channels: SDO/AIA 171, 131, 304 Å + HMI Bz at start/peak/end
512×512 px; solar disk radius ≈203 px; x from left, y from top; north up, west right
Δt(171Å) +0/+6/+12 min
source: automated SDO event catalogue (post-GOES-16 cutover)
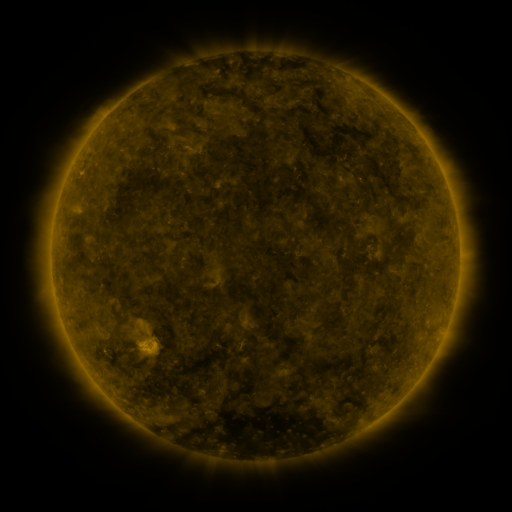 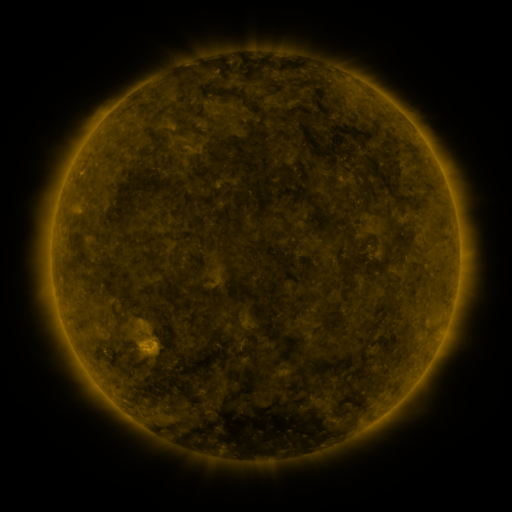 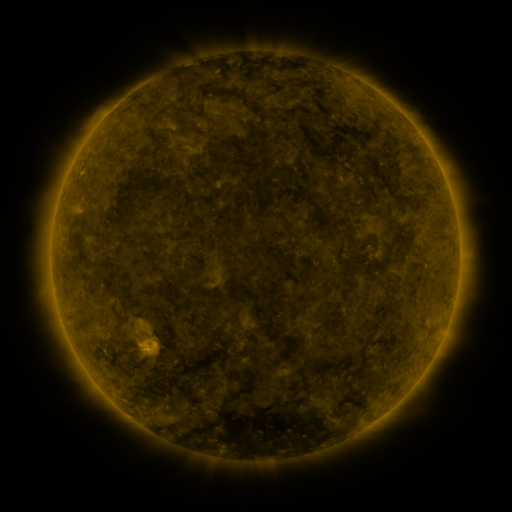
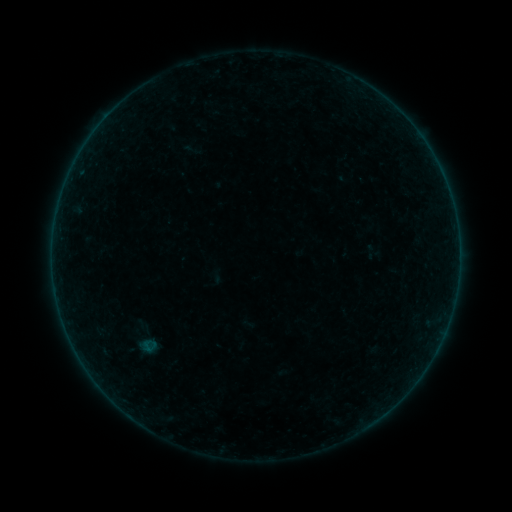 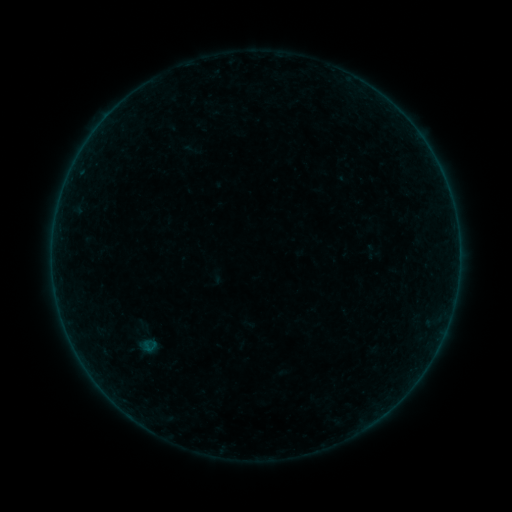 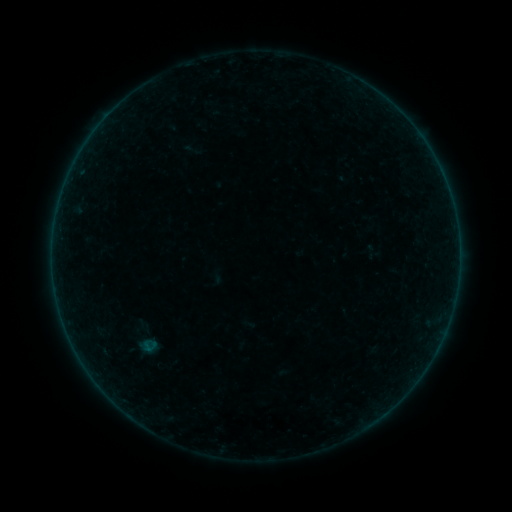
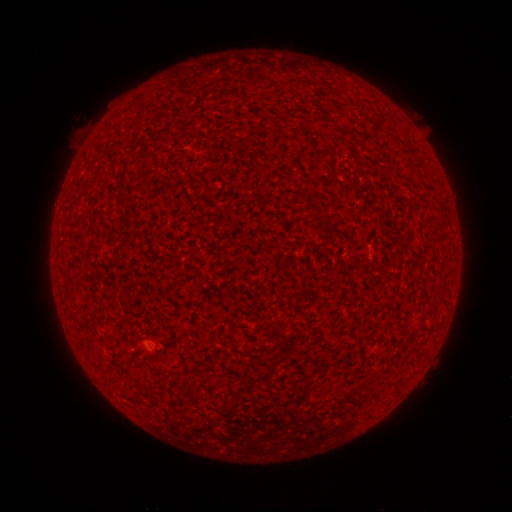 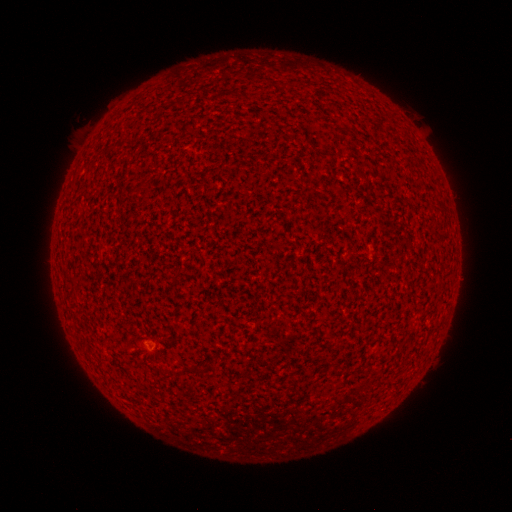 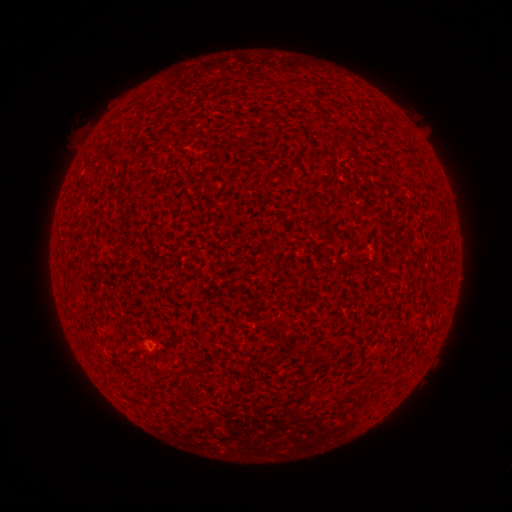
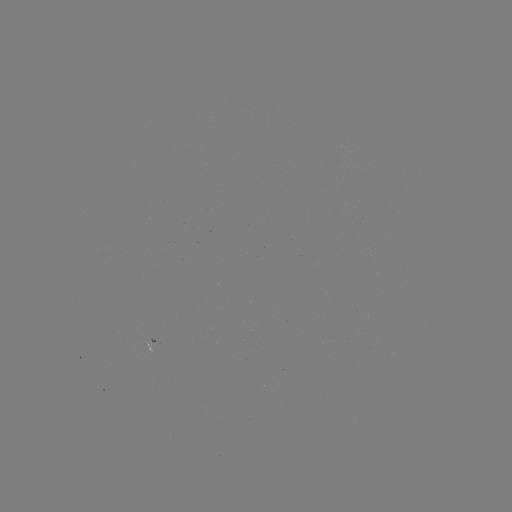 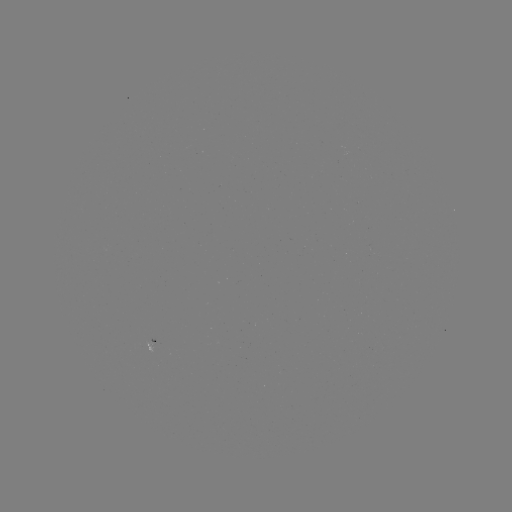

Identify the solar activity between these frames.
A1.4 flare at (154, 345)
